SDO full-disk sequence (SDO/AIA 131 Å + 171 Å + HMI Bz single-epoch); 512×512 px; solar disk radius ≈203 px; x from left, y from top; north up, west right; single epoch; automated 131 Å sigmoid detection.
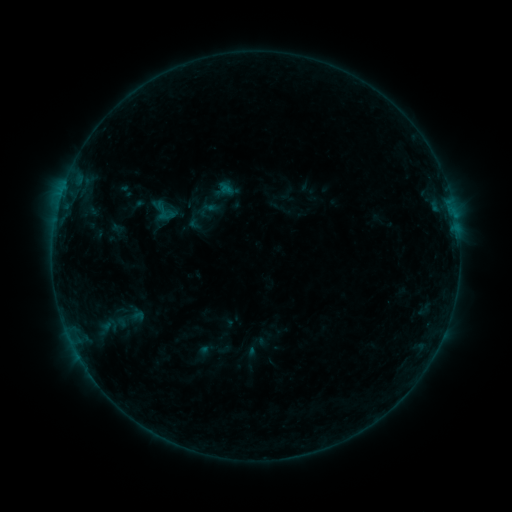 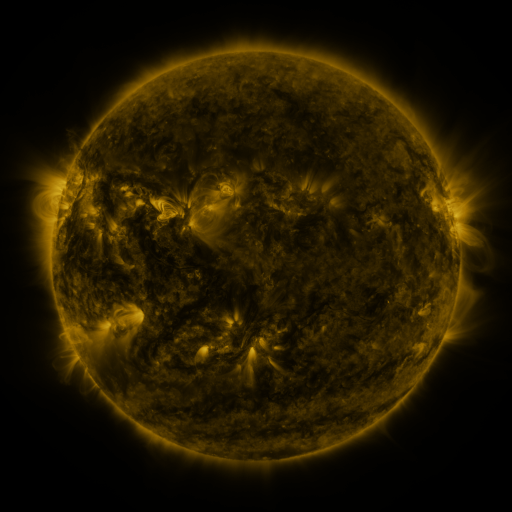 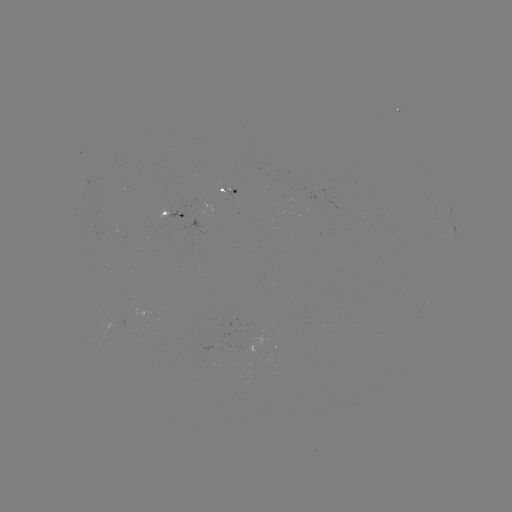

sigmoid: <bbox>153, 200, 177, 224</bbox>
